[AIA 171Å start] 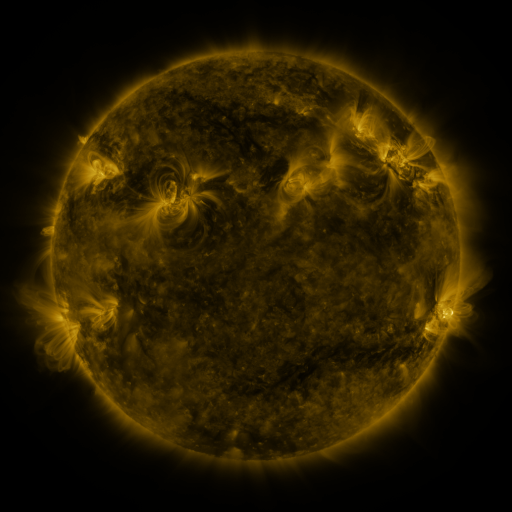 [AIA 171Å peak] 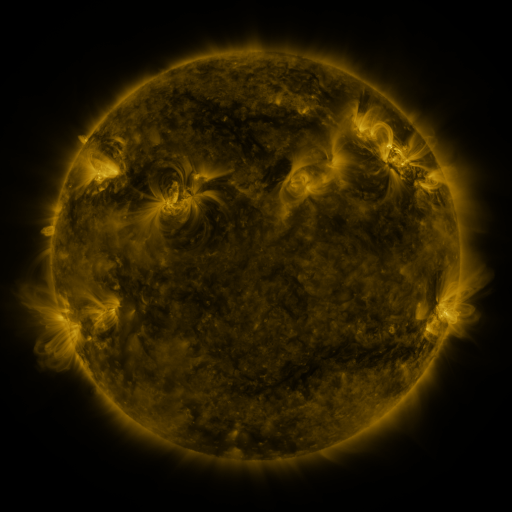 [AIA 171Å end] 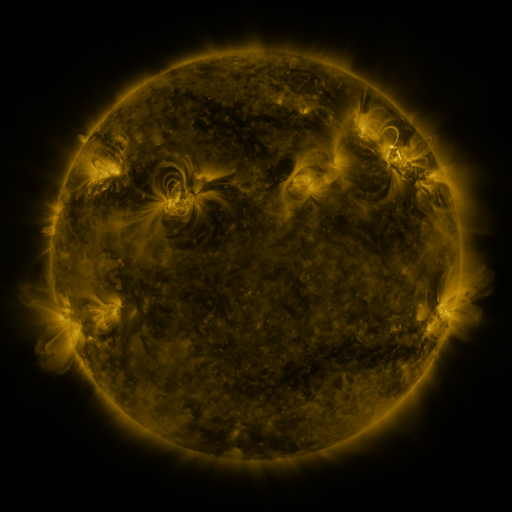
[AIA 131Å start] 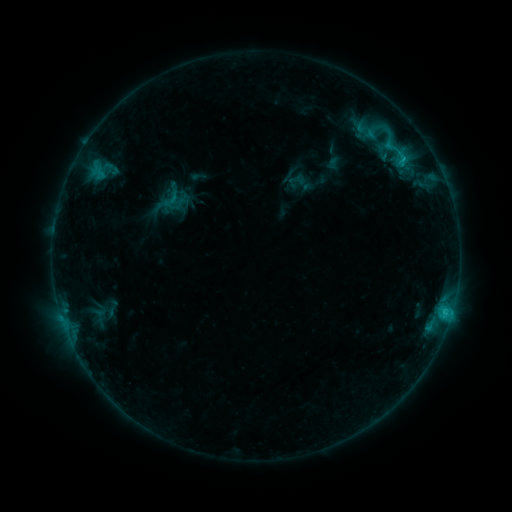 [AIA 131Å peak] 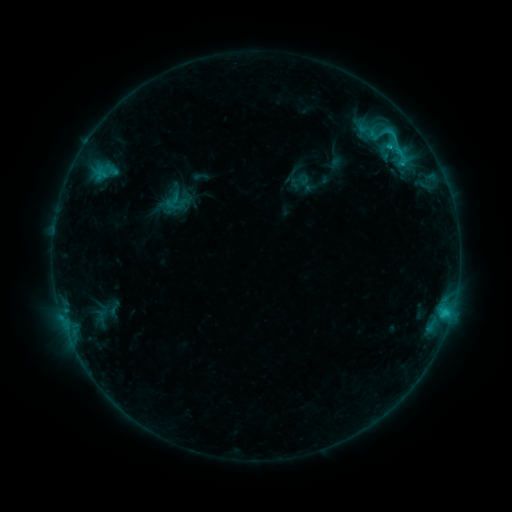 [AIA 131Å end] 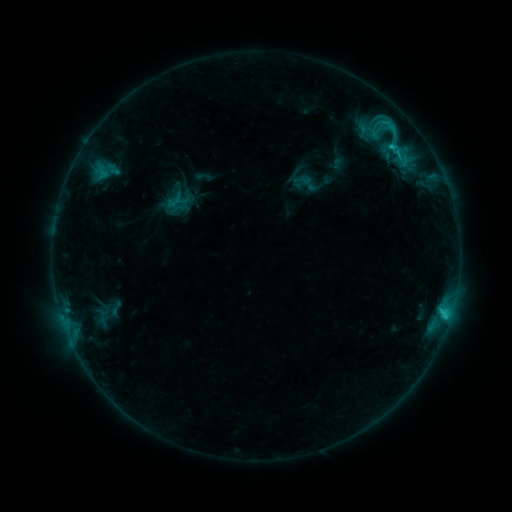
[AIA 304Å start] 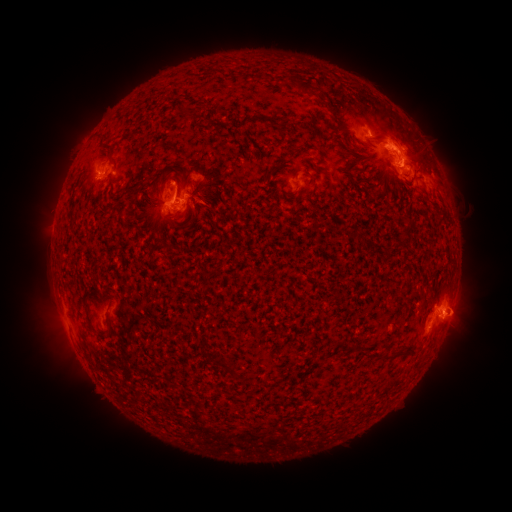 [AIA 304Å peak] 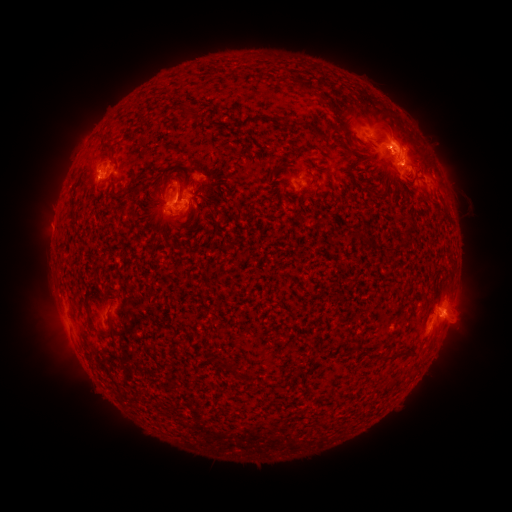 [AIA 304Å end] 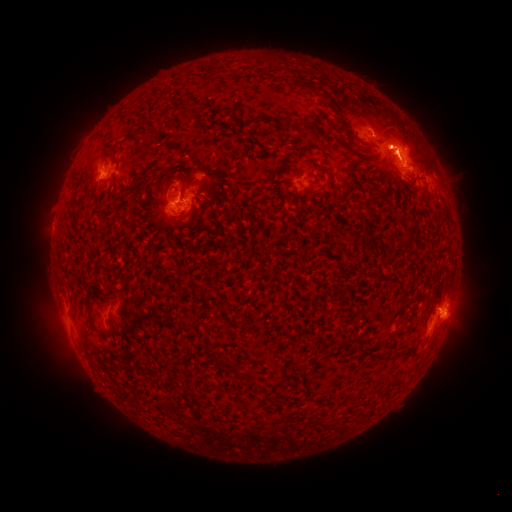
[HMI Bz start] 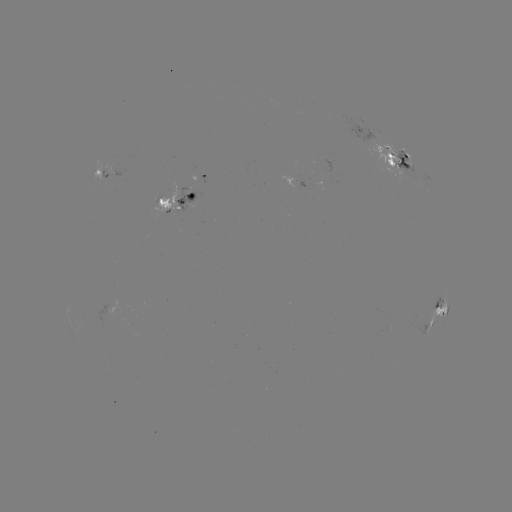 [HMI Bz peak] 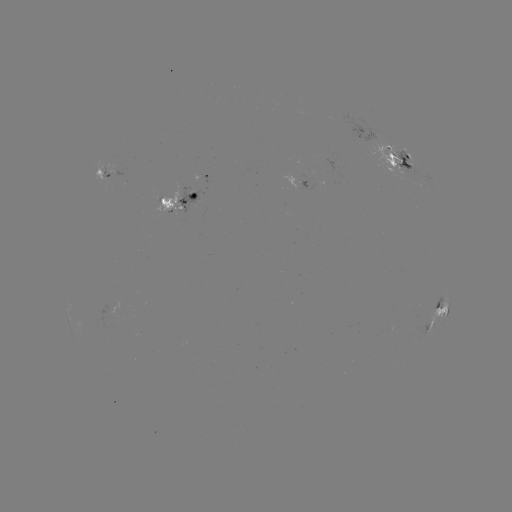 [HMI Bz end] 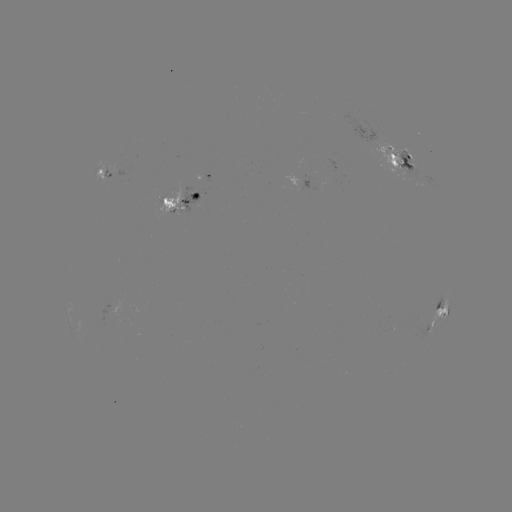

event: emerging-flux region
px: (106, 176)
